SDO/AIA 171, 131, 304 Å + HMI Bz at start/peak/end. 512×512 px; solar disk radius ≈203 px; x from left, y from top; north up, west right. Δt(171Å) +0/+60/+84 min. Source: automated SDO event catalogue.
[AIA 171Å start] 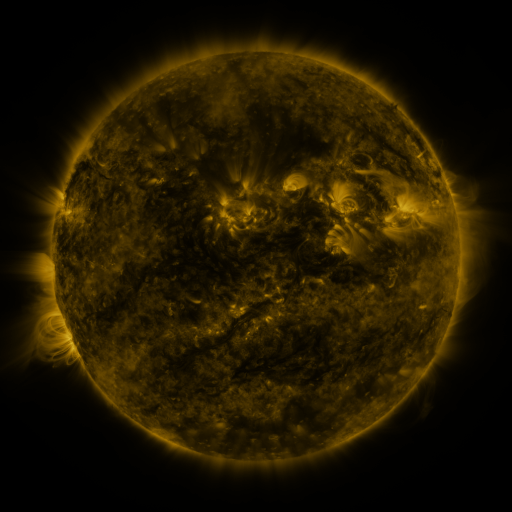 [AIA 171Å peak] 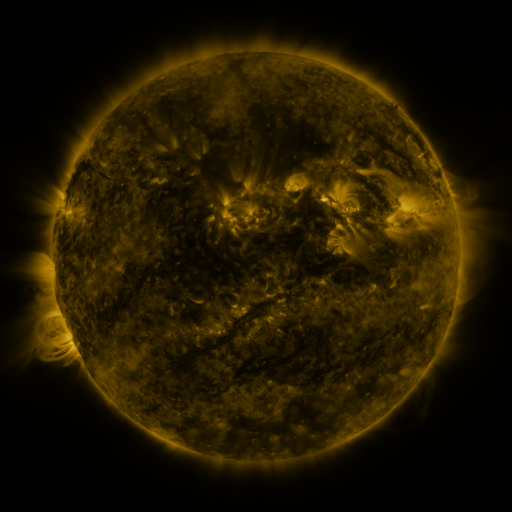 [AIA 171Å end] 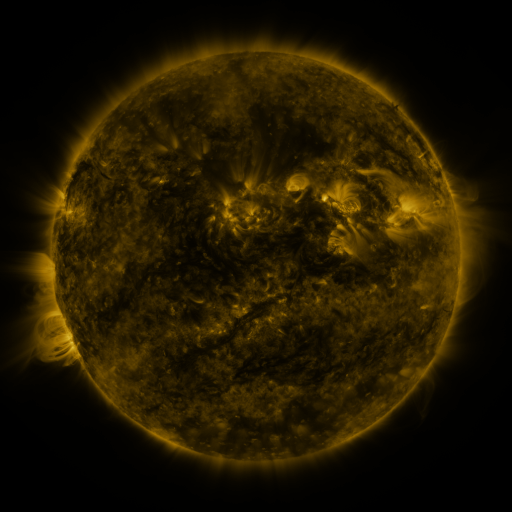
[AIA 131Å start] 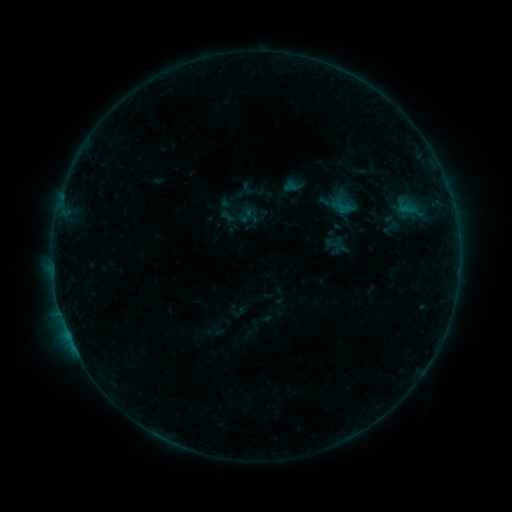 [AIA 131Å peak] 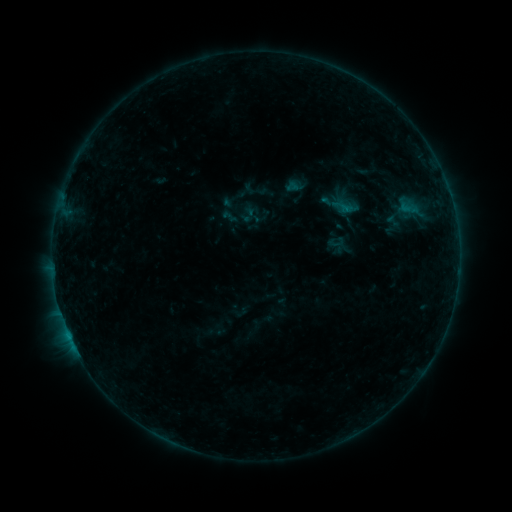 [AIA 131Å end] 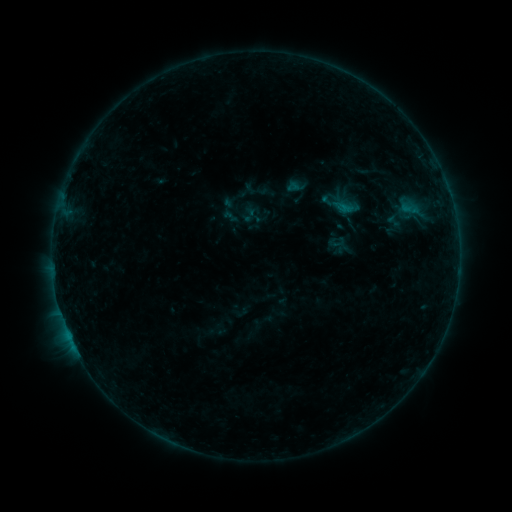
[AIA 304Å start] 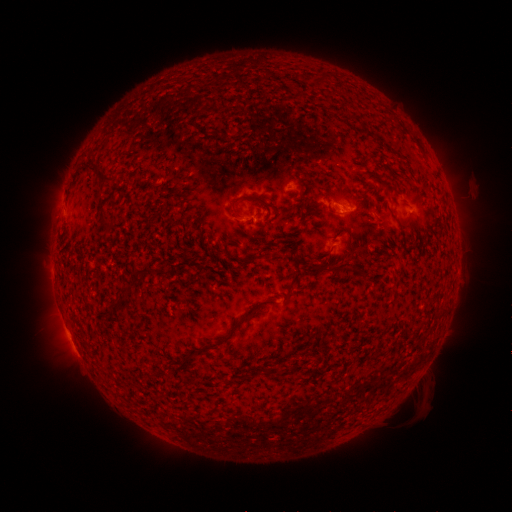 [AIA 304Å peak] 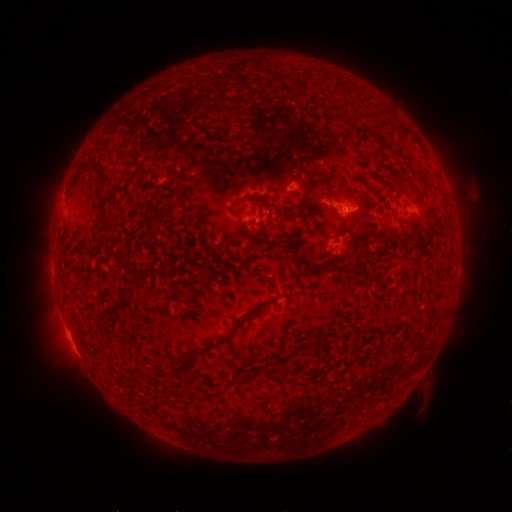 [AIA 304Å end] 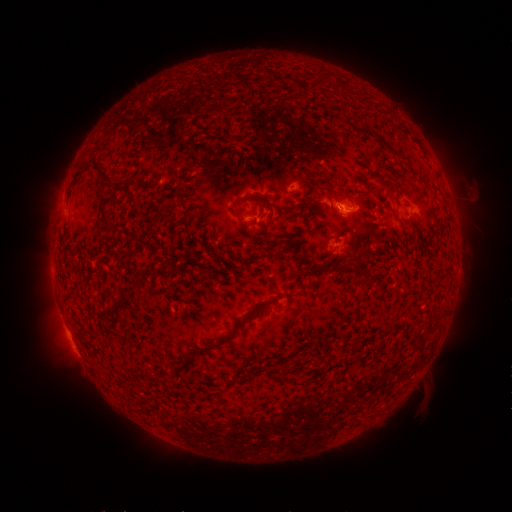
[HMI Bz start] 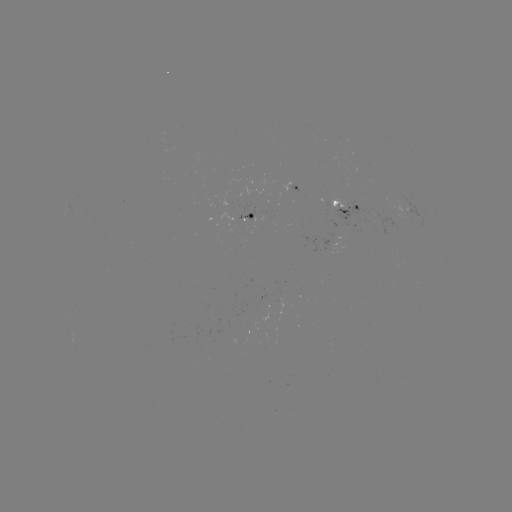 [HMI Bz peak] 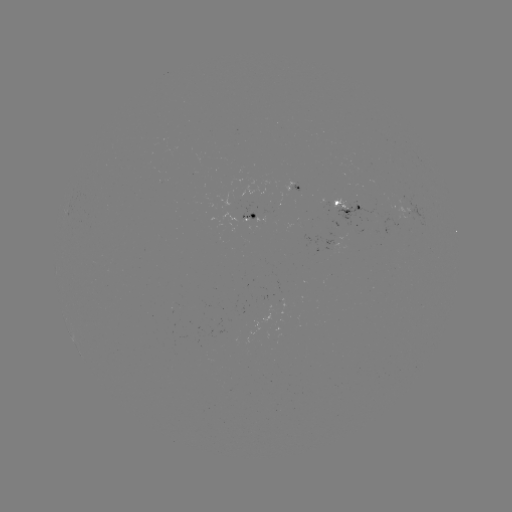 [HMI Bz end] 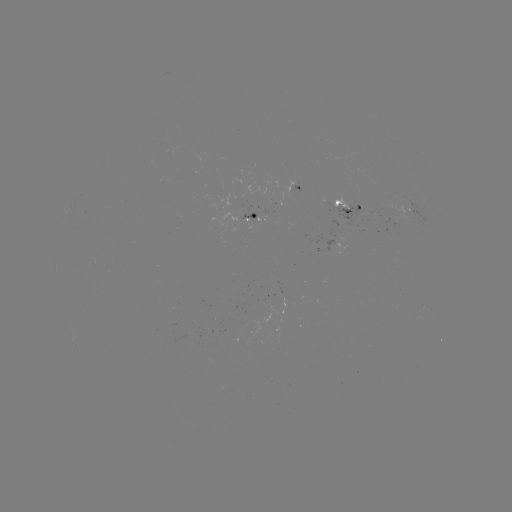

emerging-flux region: [331, 198, 357, 211]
